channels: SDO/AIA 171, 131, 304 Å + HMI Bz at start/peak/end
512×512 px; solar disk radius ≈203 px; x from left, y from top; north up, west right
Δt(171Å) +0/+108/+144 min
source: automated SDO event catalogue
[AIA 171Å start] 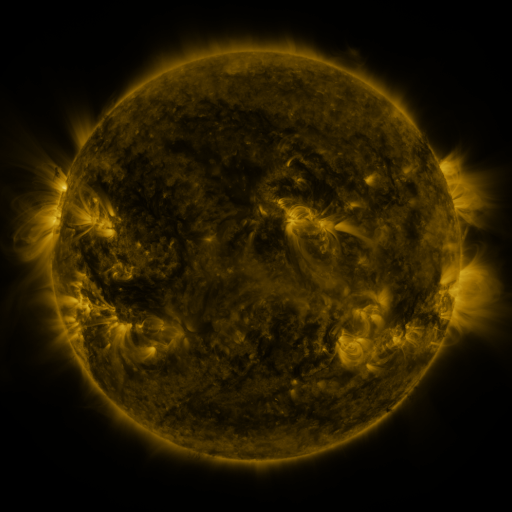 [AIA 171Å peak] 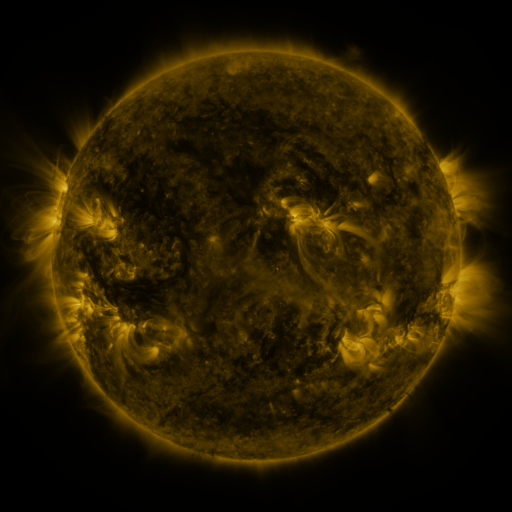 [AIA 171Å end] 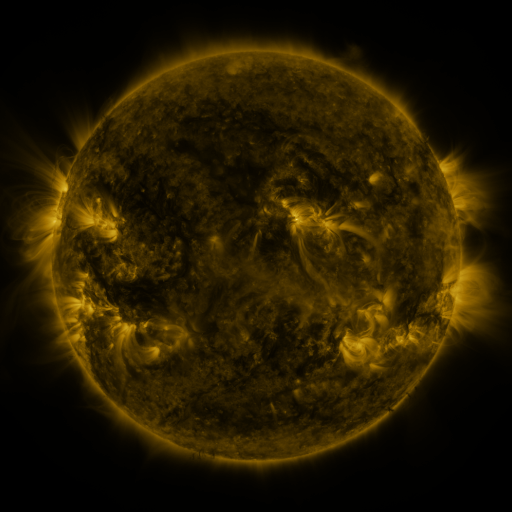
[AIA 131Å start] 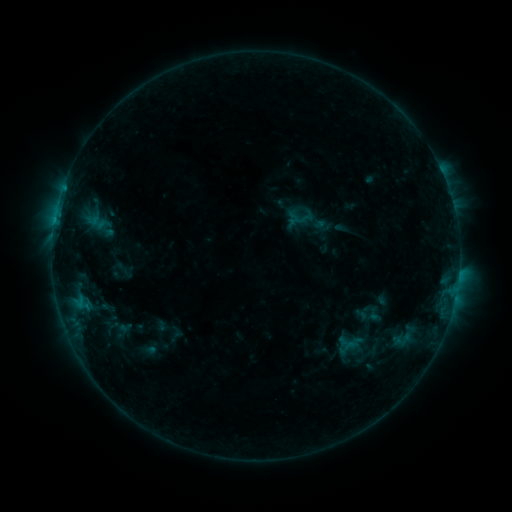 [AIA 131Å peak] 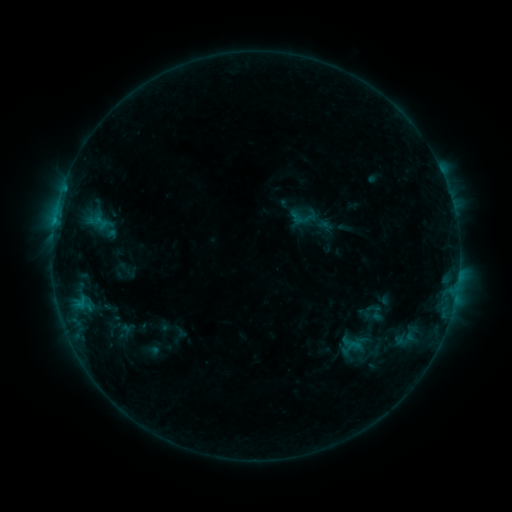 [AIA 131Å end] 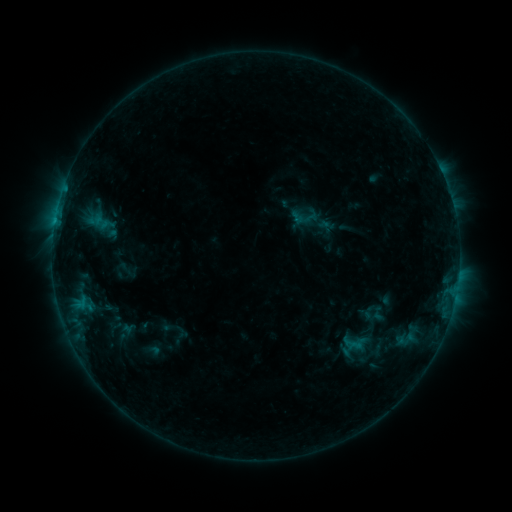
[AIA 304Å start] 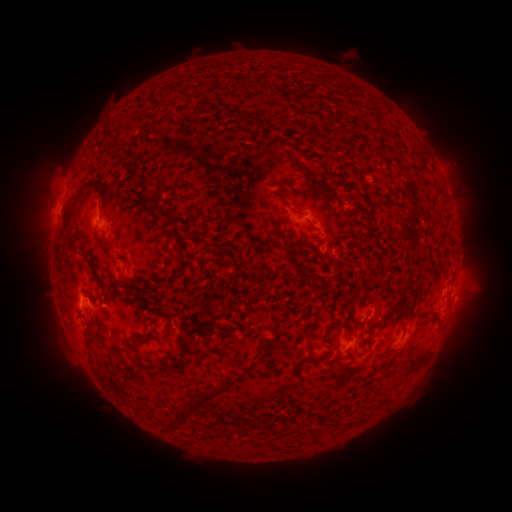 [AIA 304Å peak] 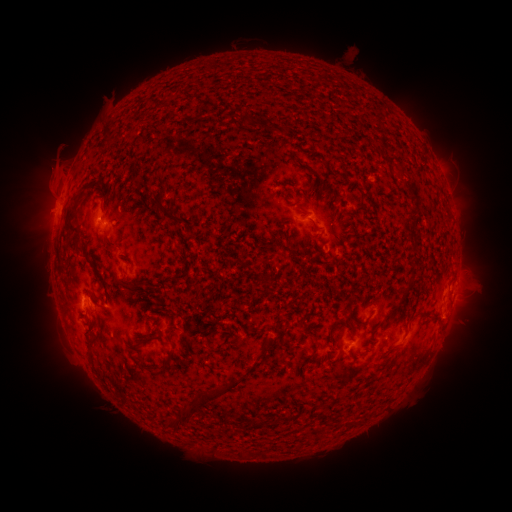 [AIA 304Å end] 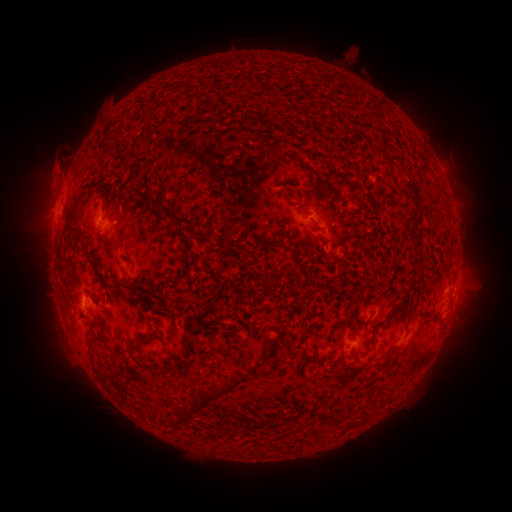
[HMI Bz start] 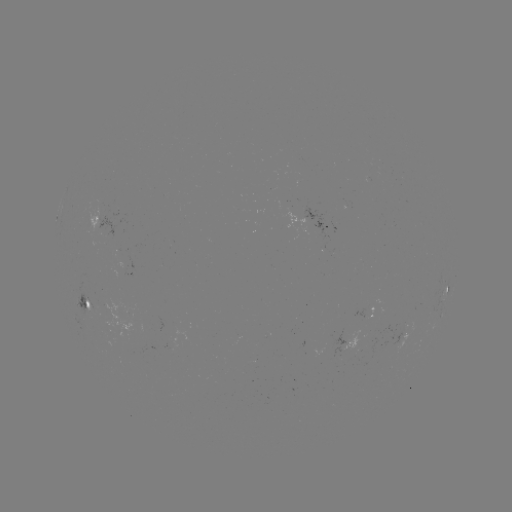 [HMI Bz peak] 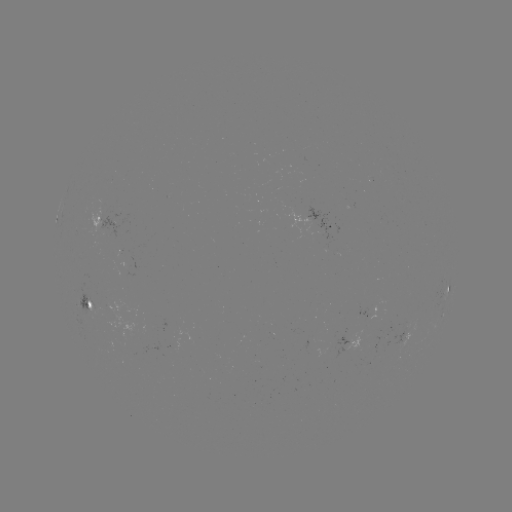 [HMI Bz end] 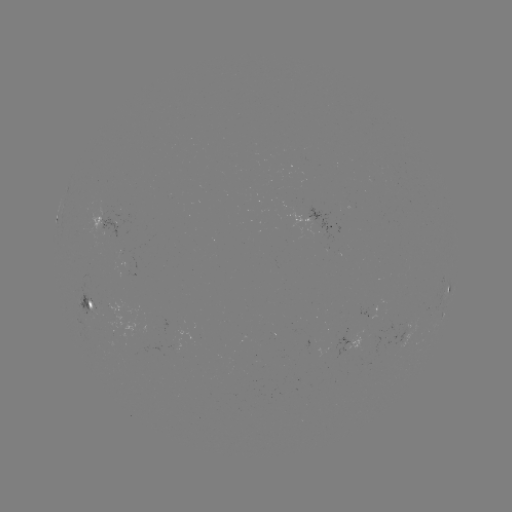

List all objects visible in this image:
emerging-flux region: (377, 327)
